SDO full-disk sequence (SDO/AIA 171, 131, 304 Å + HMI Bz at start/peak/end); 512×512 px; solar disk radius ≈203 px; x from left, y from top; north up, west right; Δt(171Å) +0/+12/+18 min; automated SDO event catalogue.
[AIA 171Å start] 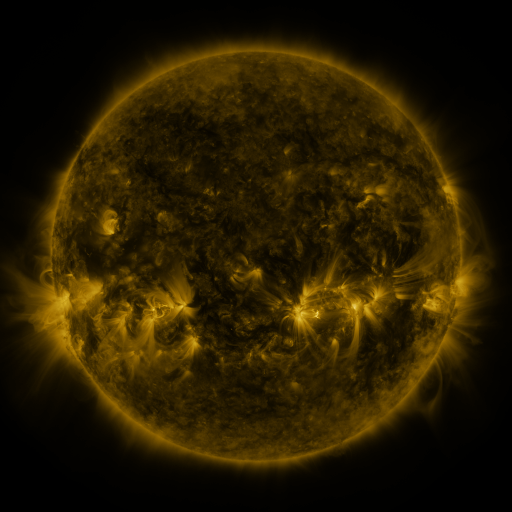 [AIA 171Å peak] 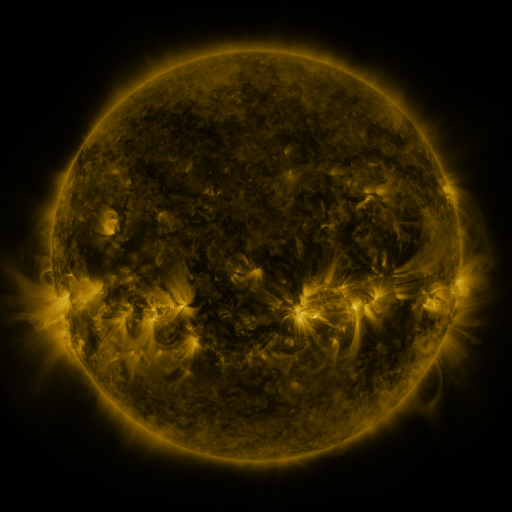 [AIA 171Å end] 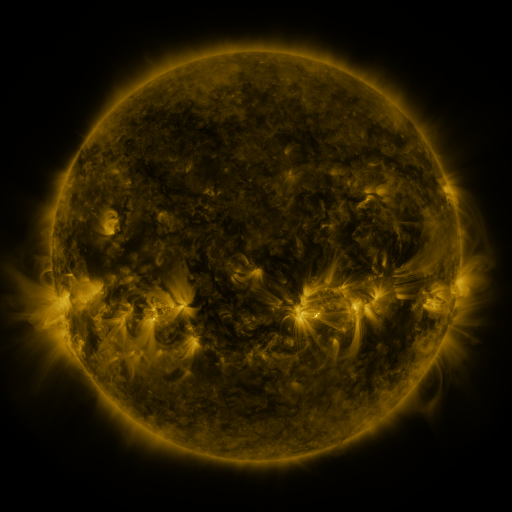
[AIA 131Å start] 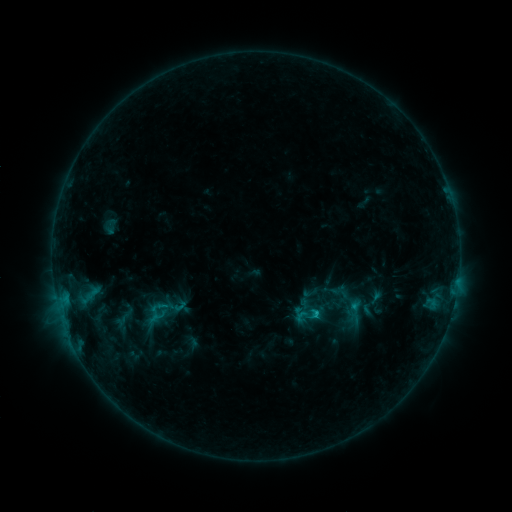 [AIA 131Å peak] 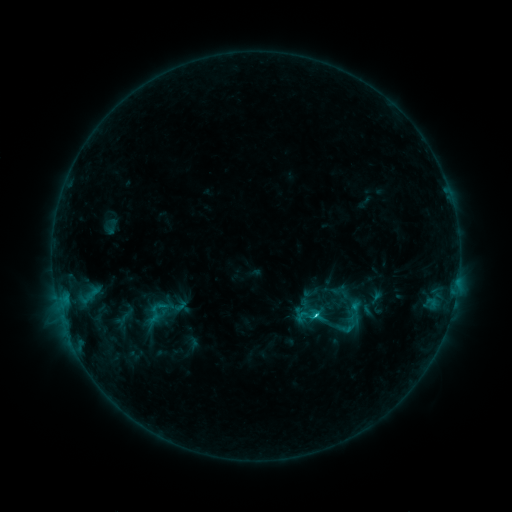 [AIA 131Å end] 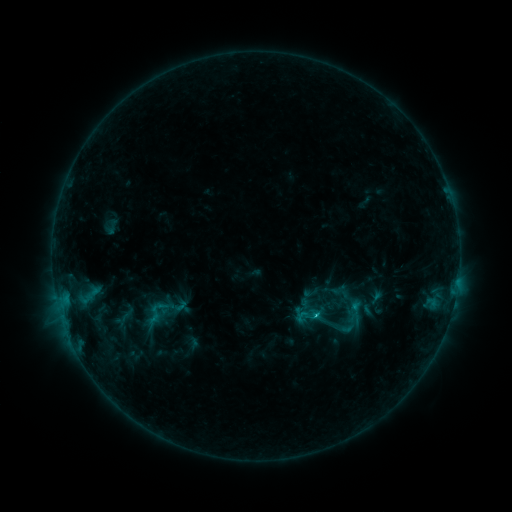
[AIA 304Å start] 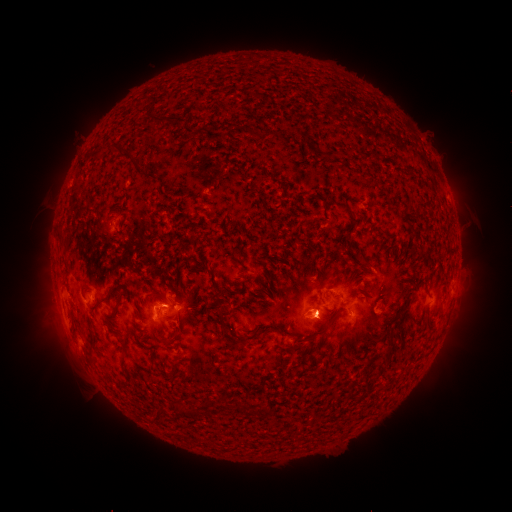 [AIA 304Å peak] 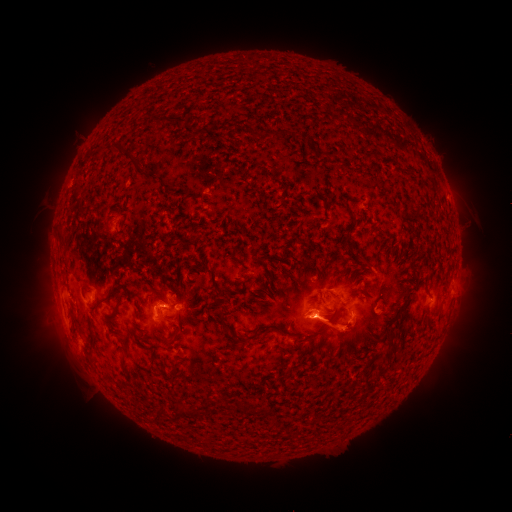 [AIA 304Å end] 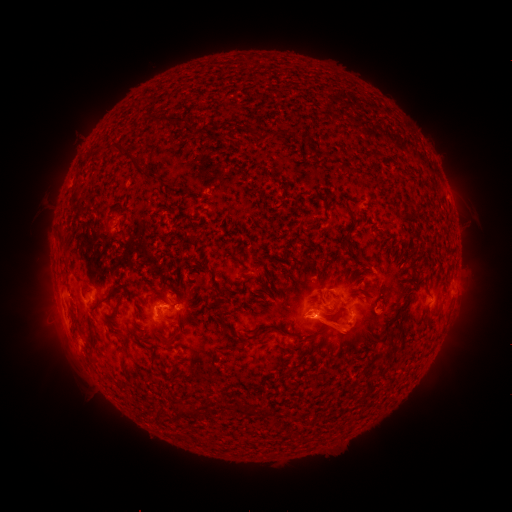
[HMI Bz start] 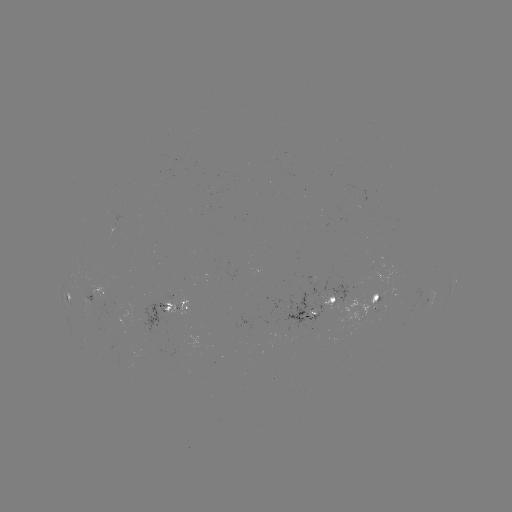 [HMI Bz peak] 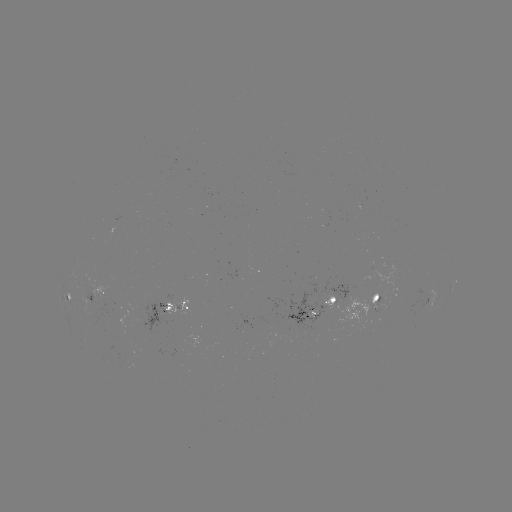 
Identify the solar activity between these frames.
C2.0 flare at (315, 311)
